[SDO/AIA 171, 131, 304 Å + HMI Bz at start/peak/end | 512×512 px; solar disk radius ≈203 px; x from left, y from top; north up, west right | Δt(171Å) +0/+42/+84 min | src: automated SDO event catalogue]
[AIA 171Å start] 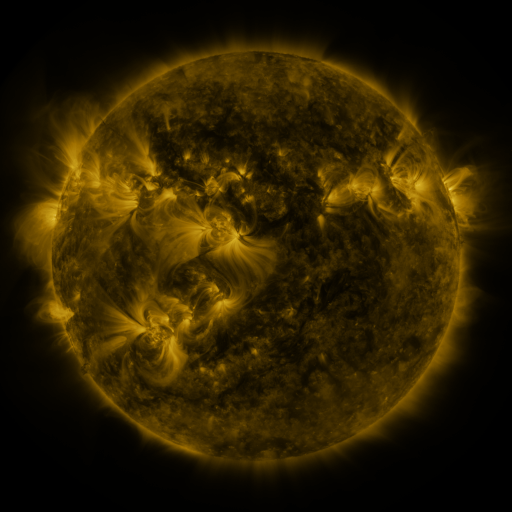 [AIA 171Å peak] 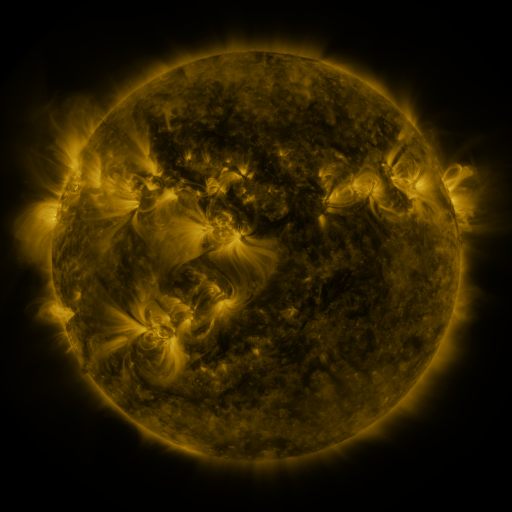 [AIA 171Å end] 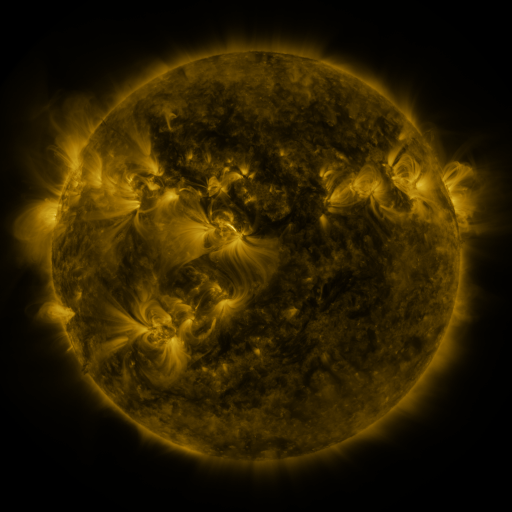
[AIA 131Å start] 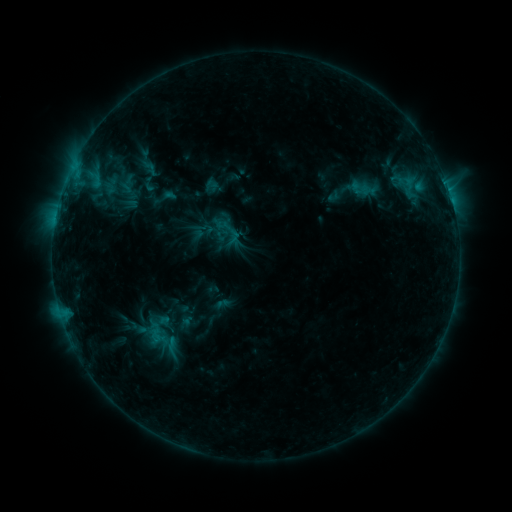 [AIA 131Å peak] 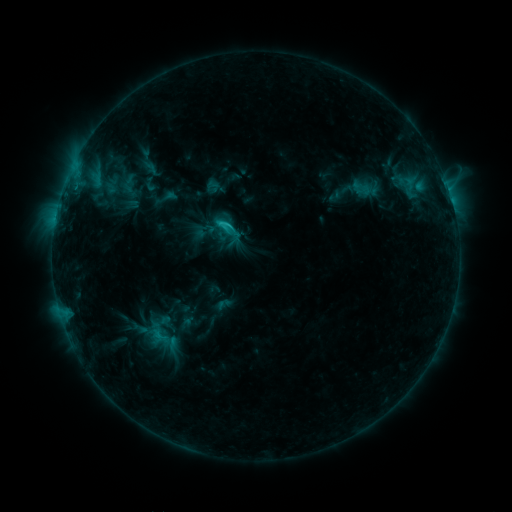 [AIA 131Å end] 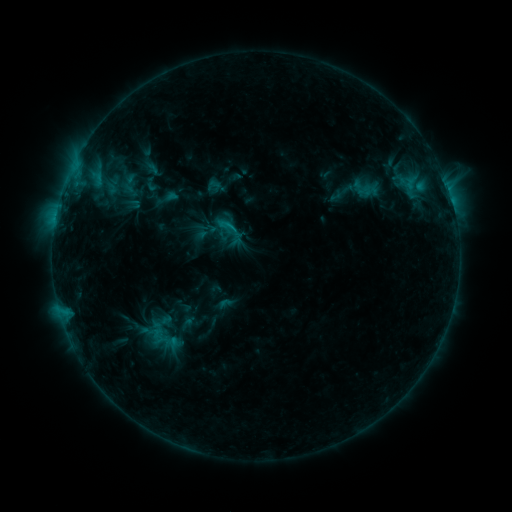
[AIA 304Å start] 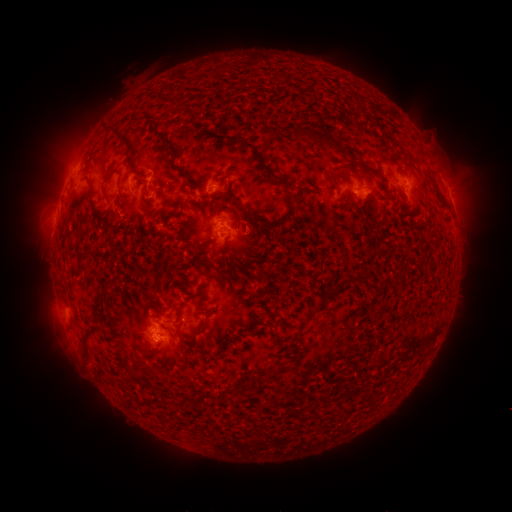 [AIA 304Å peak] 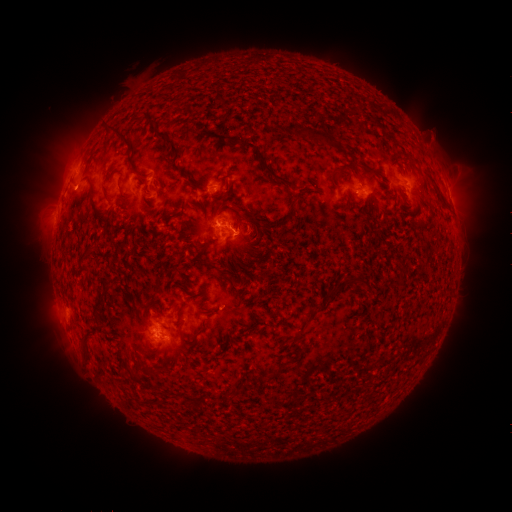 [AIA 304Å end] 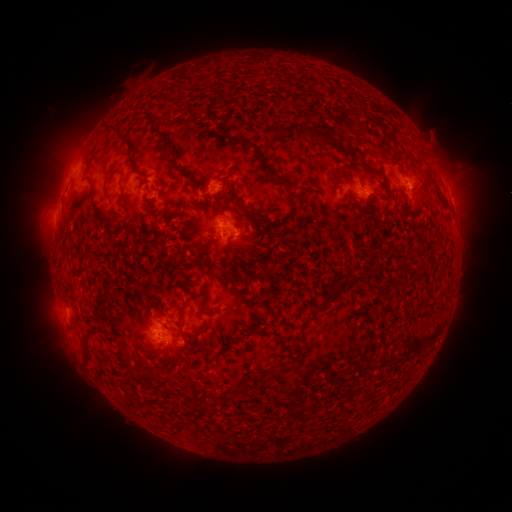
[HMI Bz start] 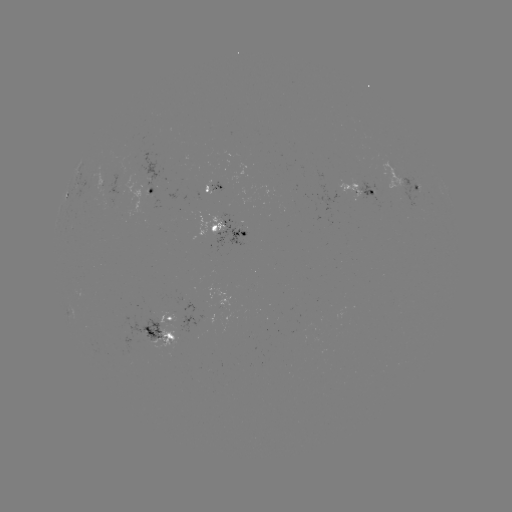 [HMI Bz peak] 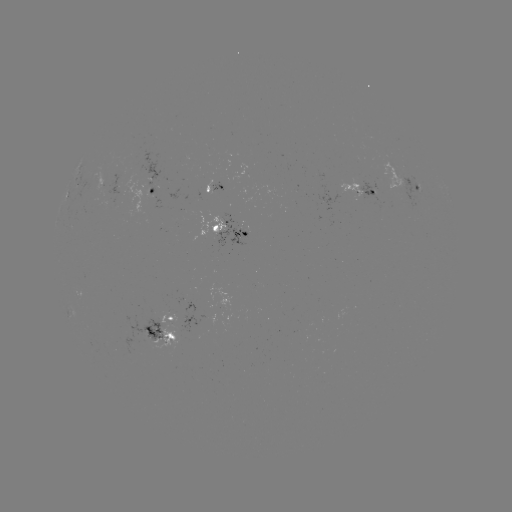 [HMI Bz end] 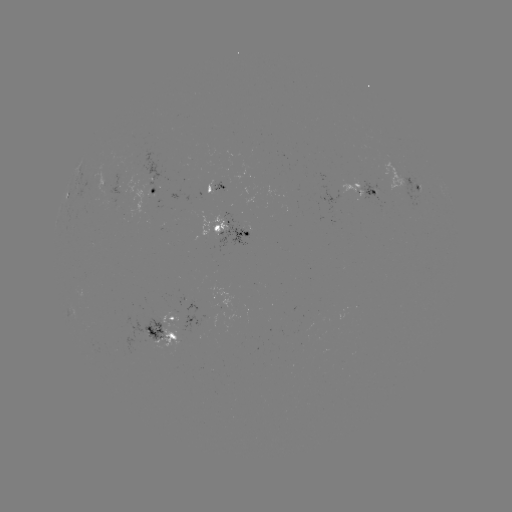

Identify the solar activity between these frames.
C1.5 flare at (224, 226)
